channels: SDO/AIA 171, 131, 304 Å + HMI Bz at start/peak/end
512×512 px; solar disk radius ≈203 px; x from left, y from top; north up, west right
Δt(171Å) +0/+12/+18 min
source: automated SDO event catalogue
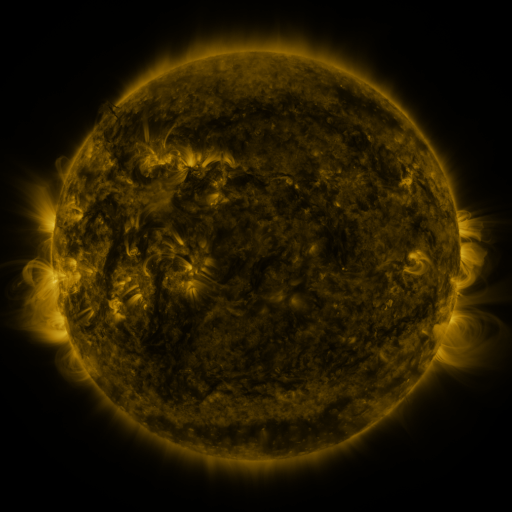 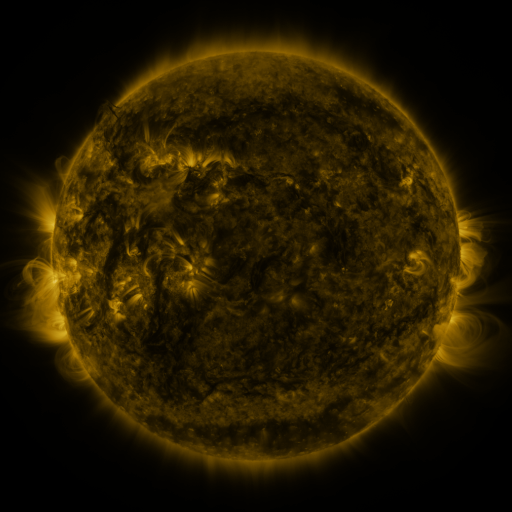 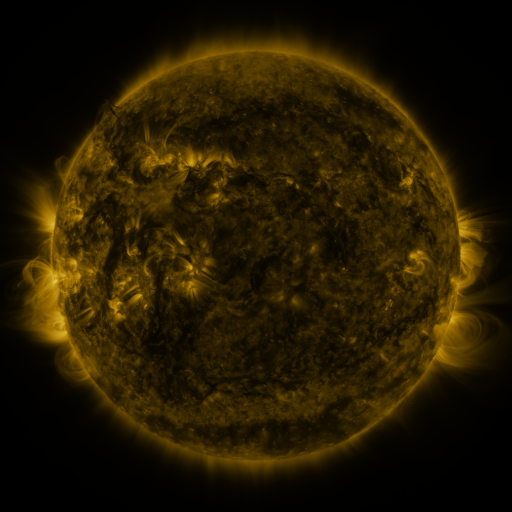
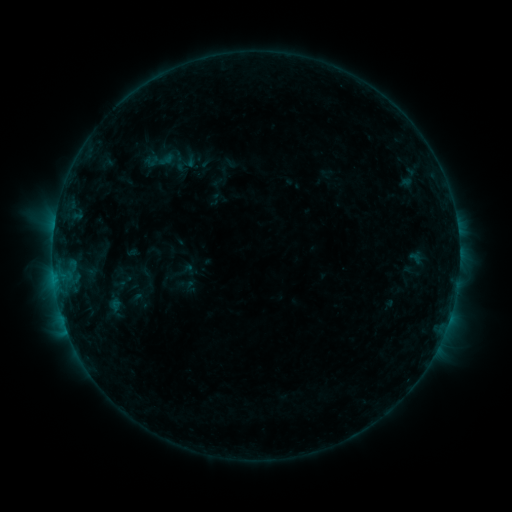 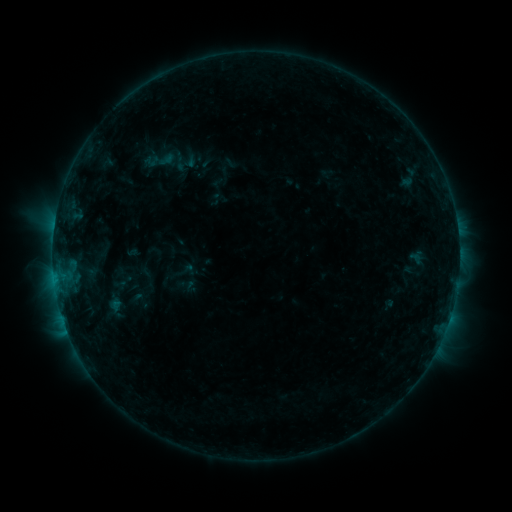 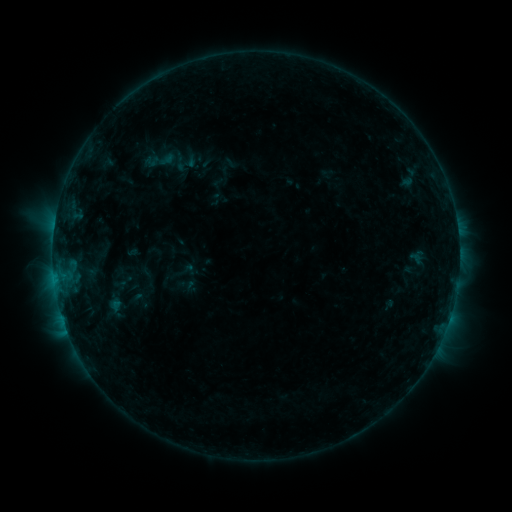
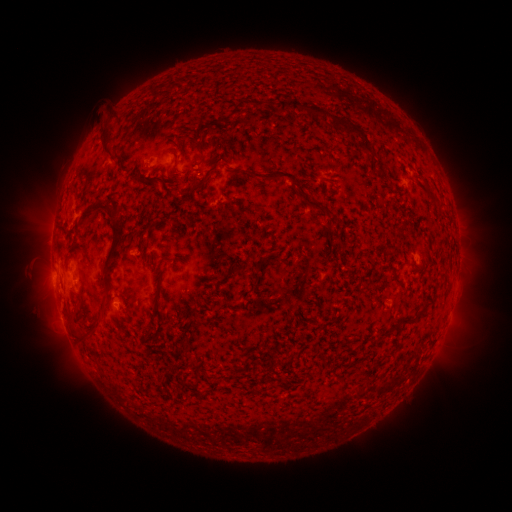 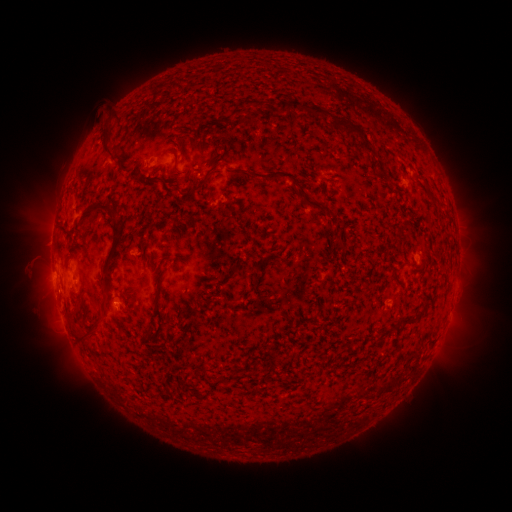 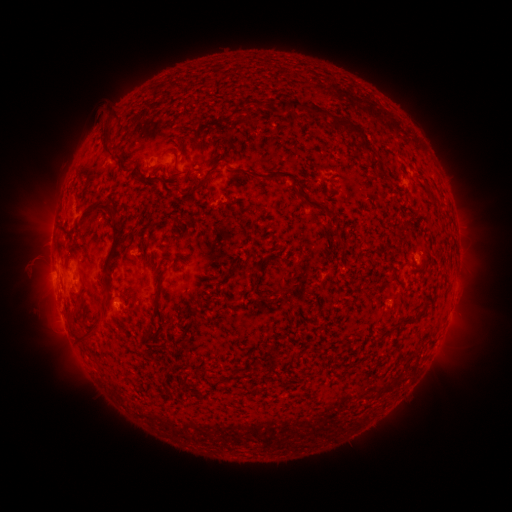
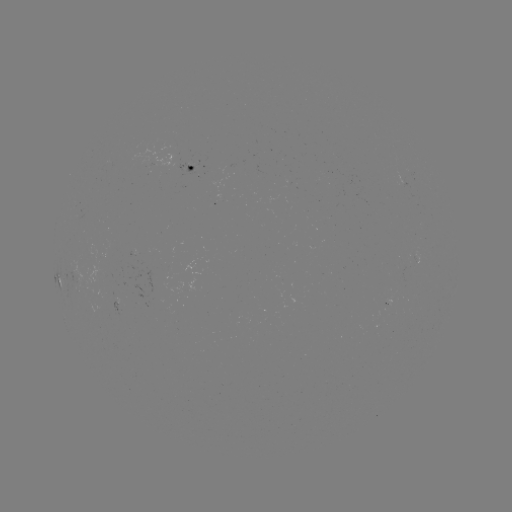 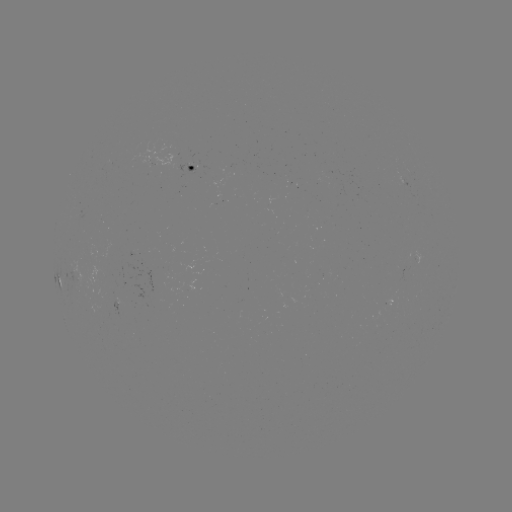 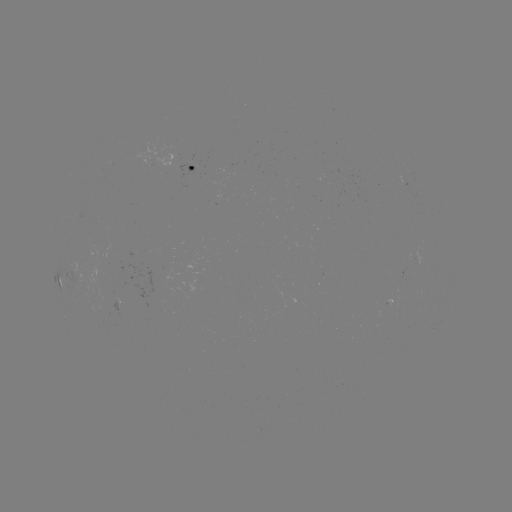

no flare in any classed list; no EUV-trigger detection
